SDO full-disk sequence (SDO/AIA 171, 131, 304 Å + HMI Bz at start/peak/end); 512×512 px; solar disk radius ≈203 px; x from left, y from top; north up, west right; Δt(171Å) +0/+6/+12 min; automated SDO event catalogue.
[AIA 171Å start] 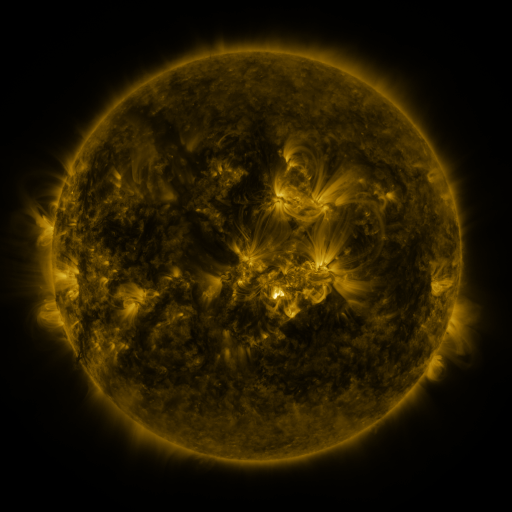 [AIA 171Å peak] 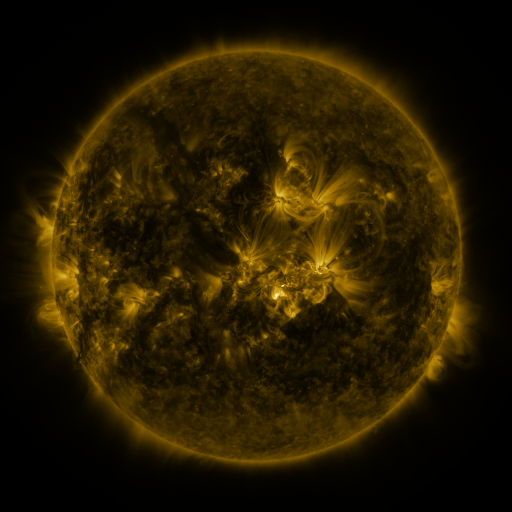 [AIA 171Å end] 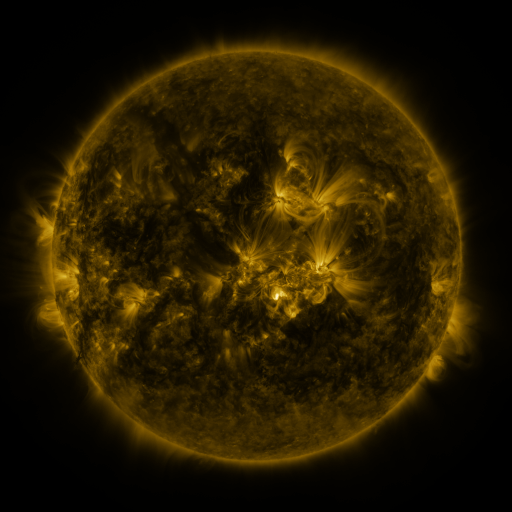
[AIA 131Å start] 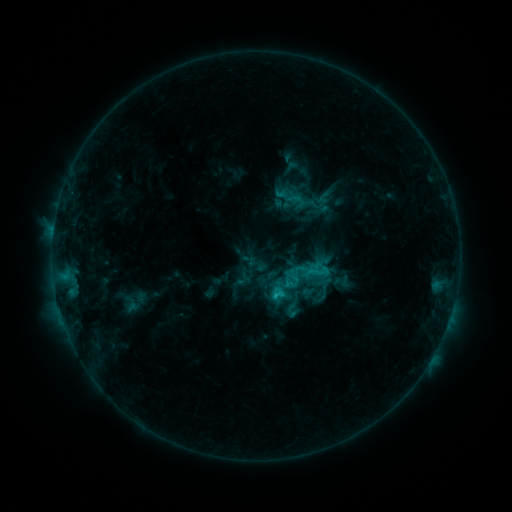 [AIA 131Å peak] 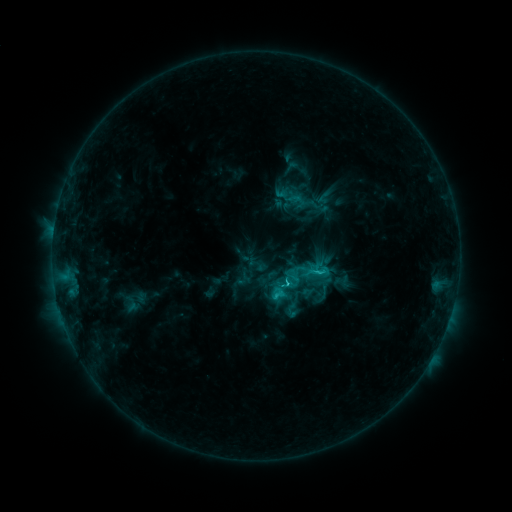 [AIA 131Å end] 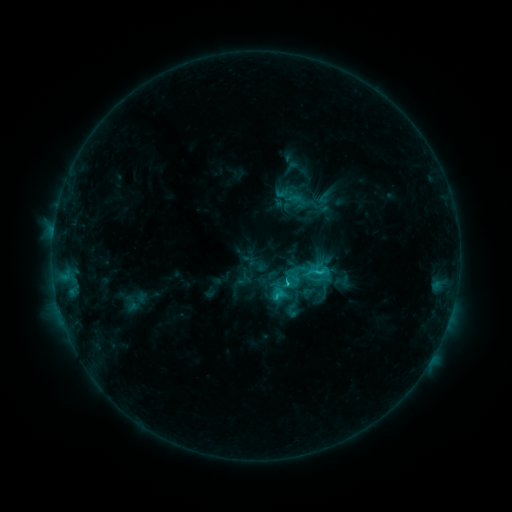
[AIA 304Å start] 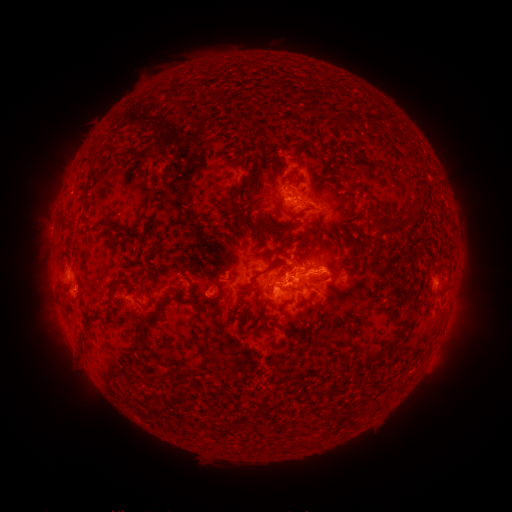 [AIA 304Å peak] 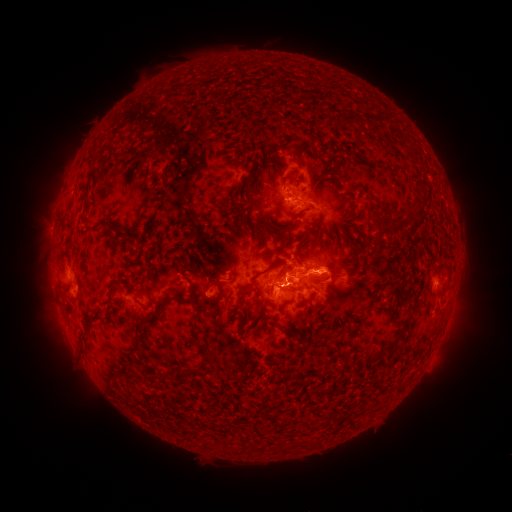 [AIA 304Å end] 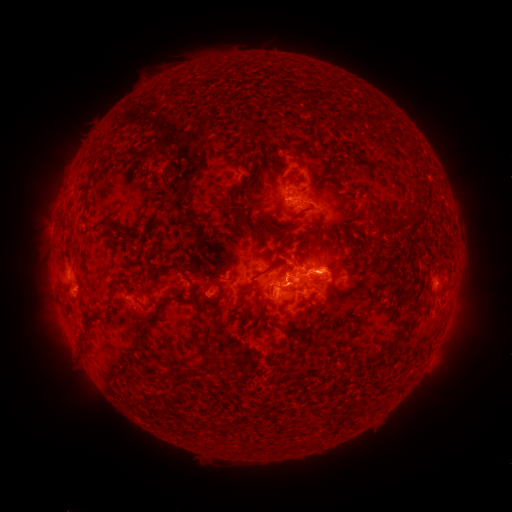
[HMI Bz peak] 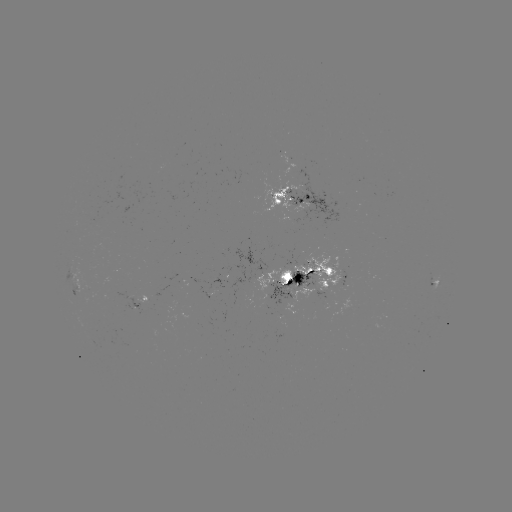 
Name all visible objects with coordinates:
C3.3 flare: (287, 280)
